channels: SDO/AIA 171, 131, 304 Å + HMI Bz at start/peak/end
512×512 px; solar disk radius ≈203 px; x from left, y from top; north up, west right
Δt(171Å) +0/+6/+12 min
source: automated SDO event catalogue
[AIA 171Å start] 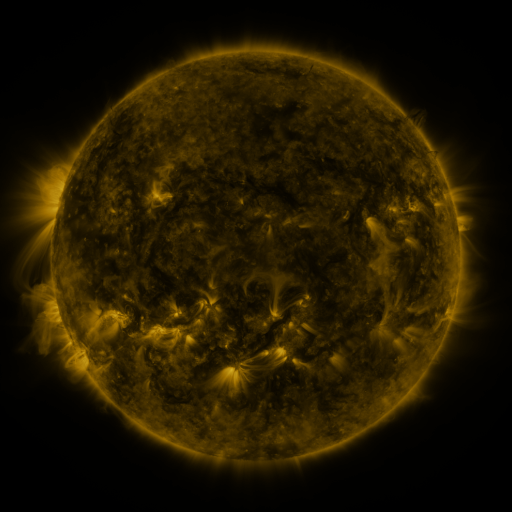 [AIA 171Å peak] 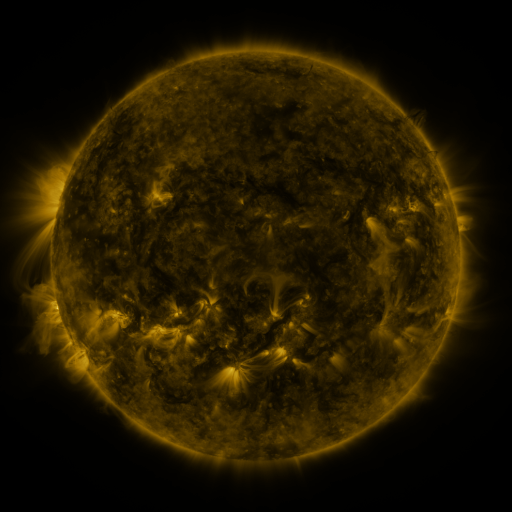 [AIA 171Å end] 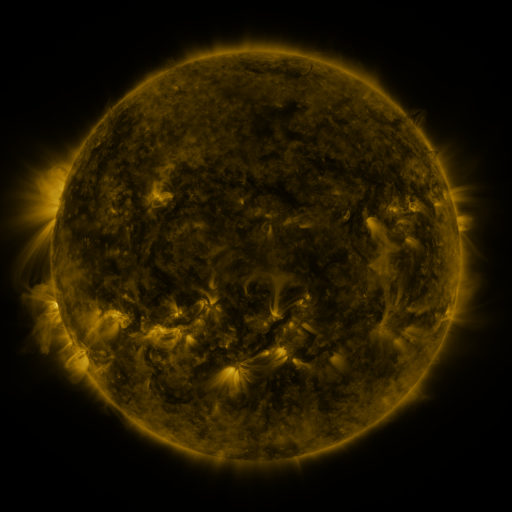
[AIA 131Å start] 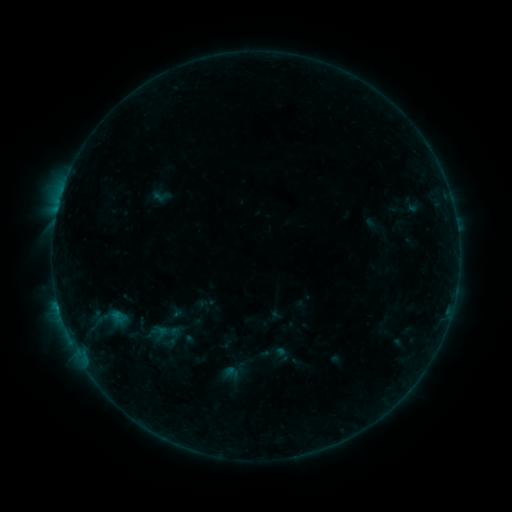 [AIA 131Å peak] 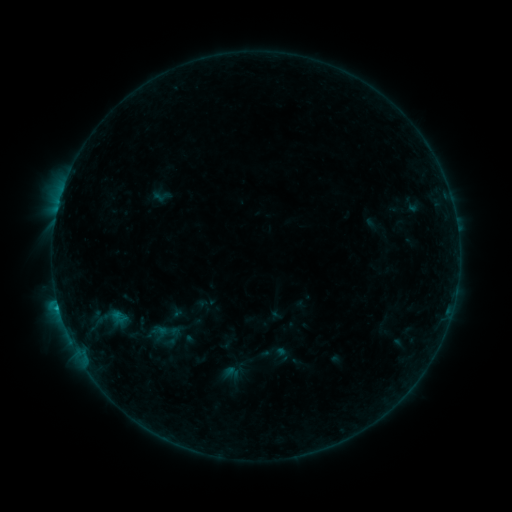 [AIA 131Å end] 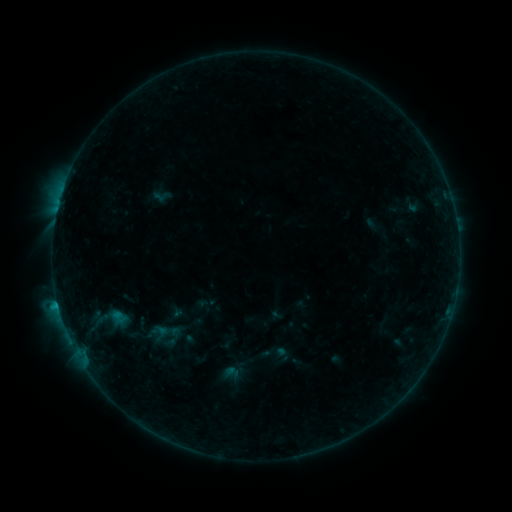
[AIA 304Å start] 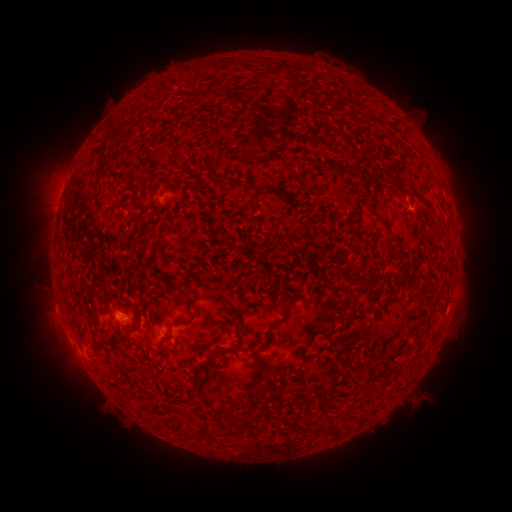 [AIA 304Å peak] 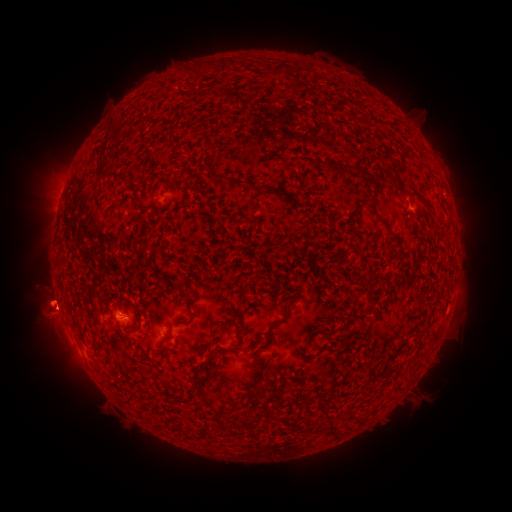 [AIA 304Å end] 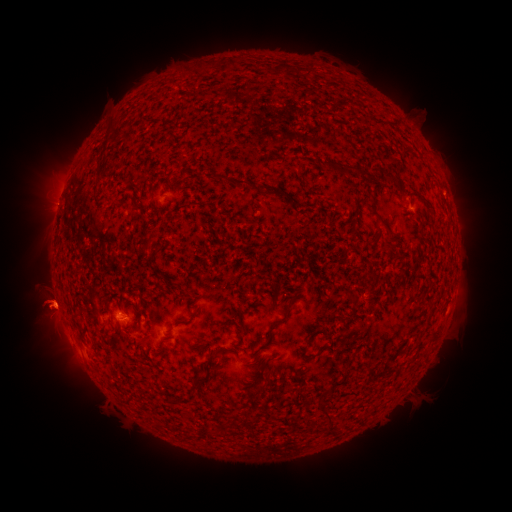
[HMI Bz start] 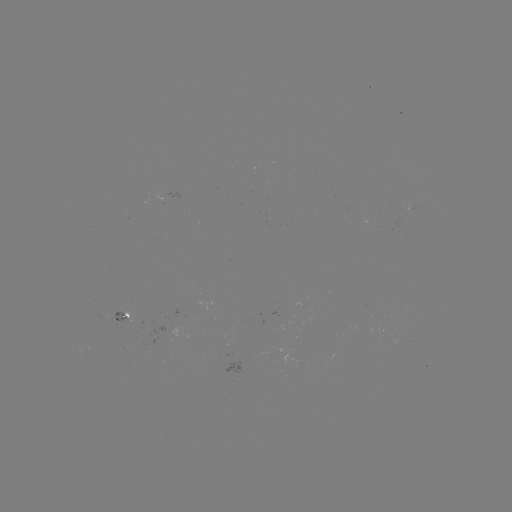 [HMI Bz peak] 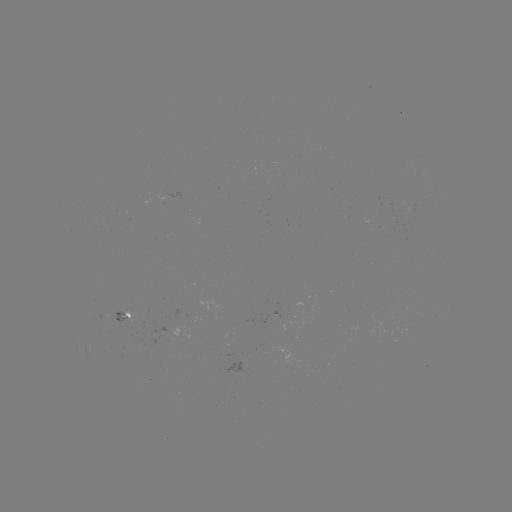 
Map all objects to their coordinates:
eruption: (45, 307)
